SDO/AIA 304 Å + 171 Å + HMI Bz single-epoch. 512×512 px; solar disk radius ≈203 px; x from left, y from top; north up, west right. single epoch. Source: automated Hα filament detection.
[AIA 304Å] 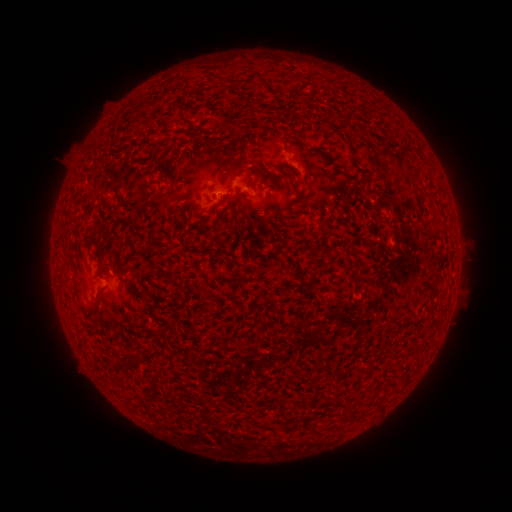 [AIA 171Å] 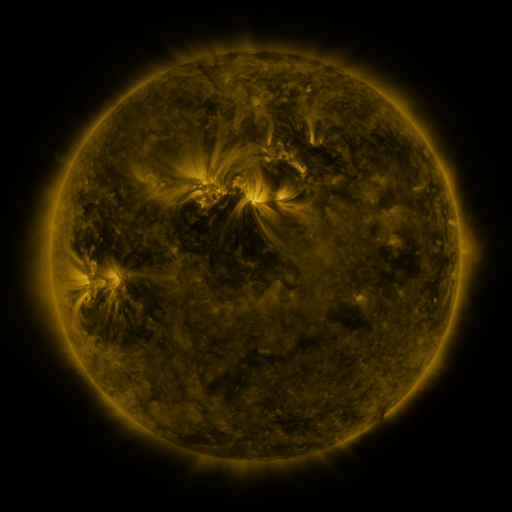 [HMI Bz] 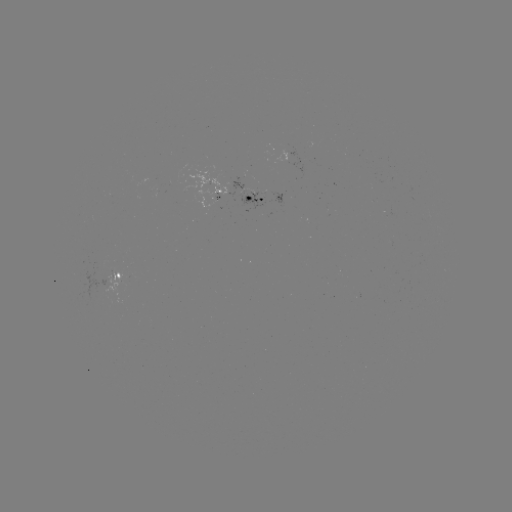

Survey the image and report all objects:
filament: [282, 132, 295, 145]
filament: [201, 215, 212, 222]
filament: [276, 400, 287, 419]
